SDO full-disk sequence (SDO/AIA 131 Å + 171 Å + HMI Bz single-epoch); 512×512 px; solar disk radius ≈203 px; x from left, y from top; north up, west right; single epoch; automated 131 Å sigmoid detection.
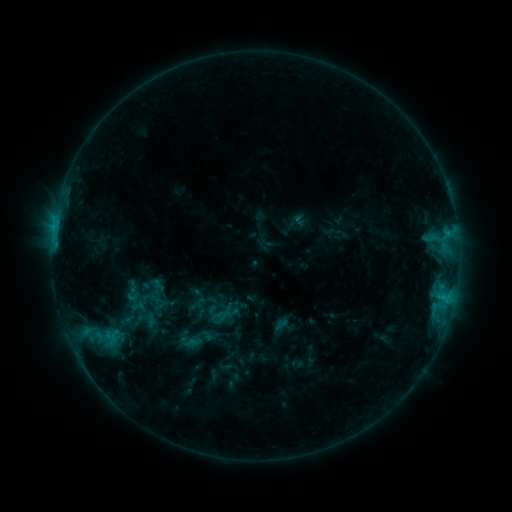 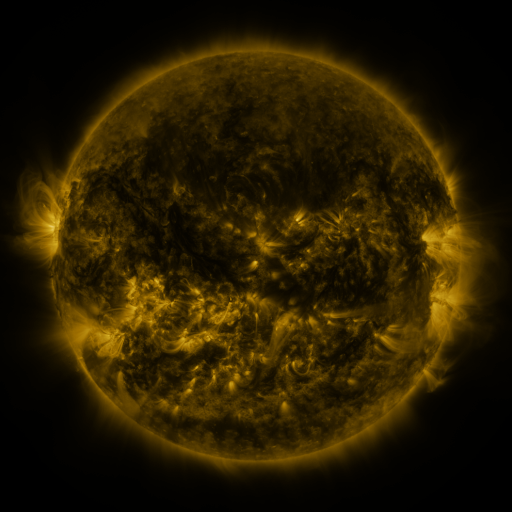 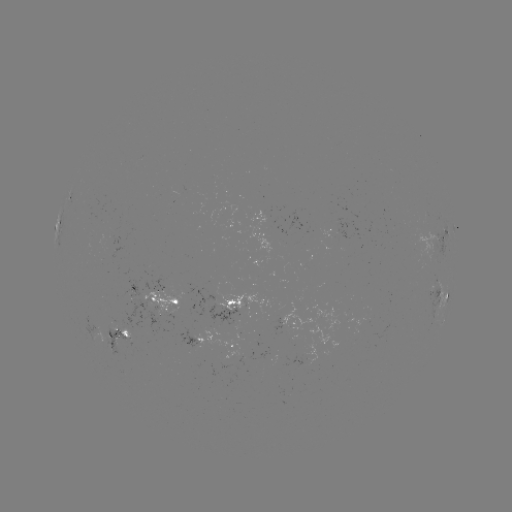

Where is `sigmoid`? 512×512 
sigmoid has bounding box [123, 285, 140, 302].